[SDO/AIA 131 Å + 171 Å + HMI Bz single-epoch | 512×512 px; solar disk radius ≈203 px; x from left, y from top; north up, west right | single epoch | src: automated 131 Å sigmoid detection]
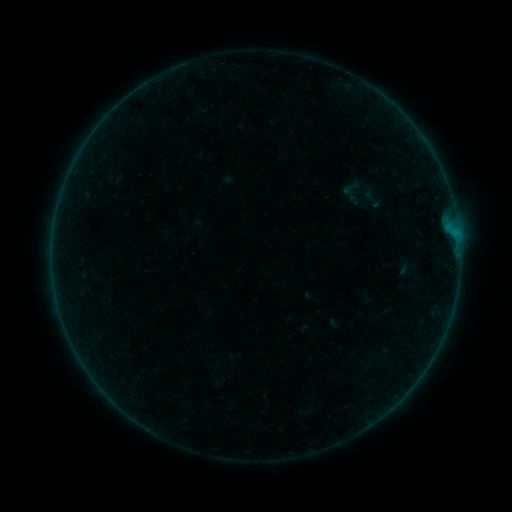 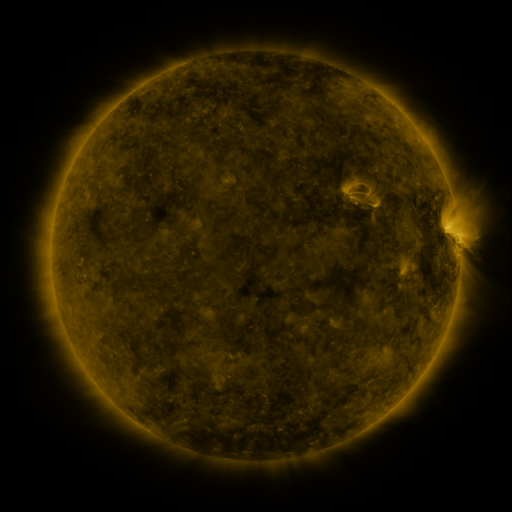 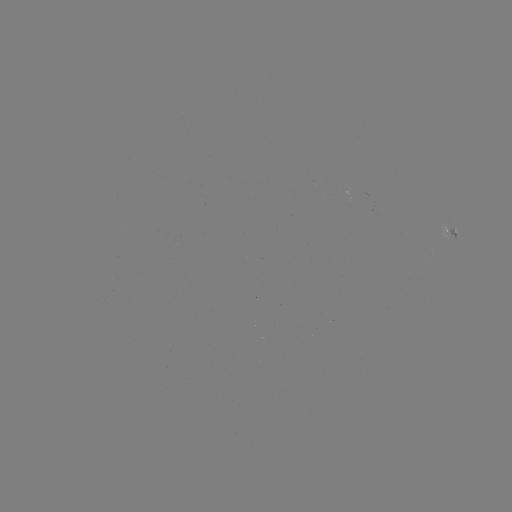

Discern sigmoid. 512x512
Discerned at [351, 188].